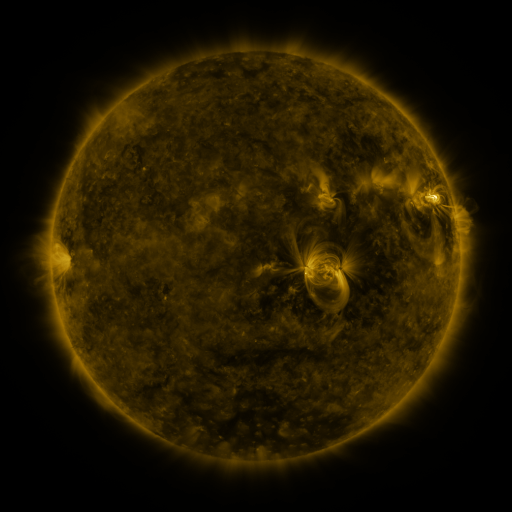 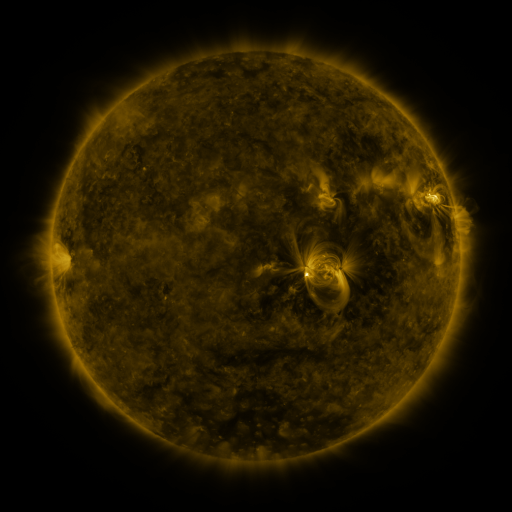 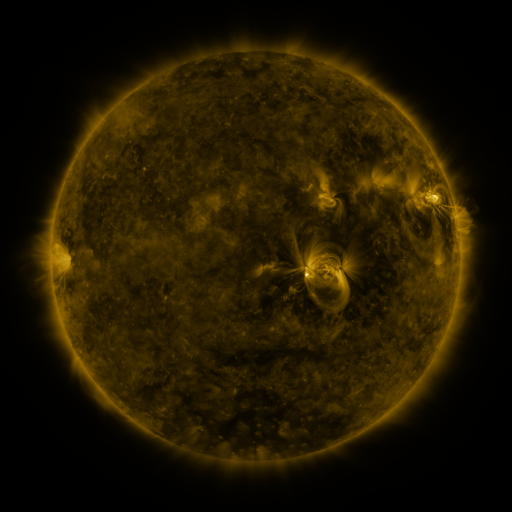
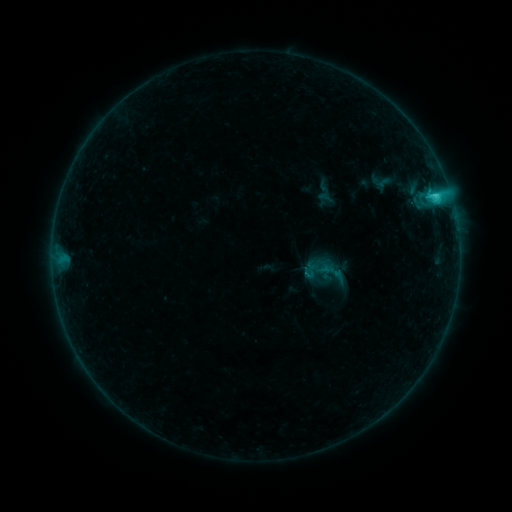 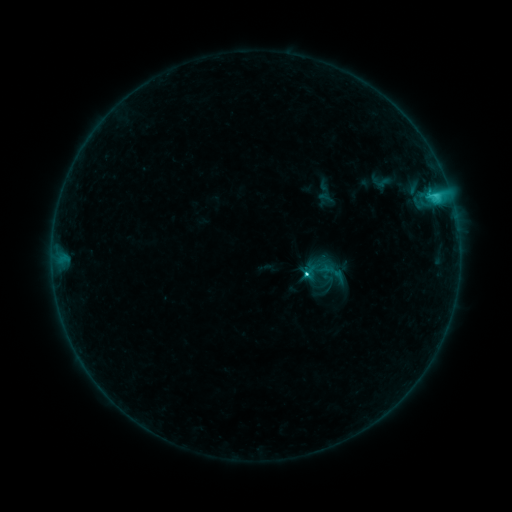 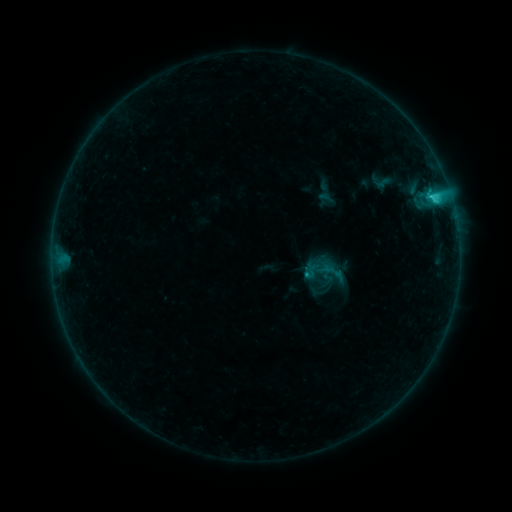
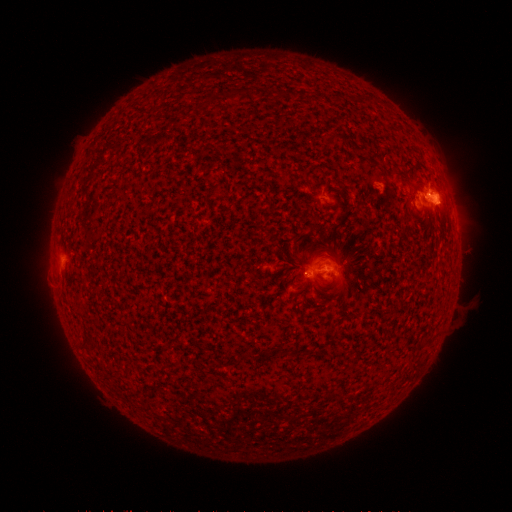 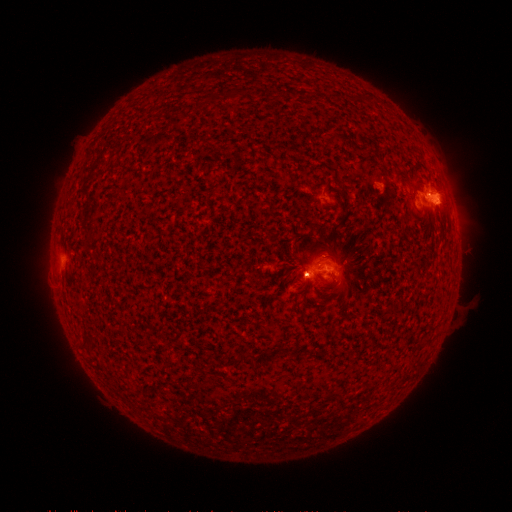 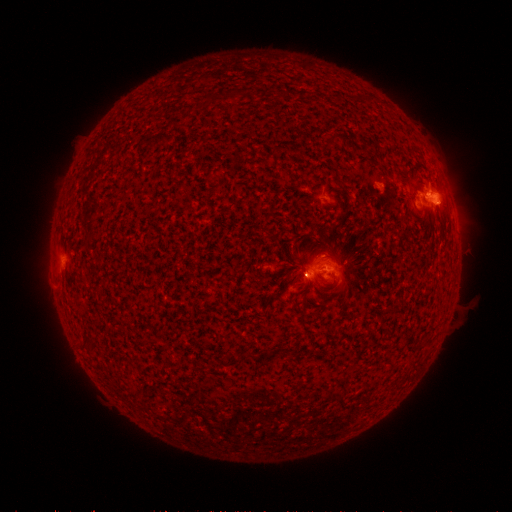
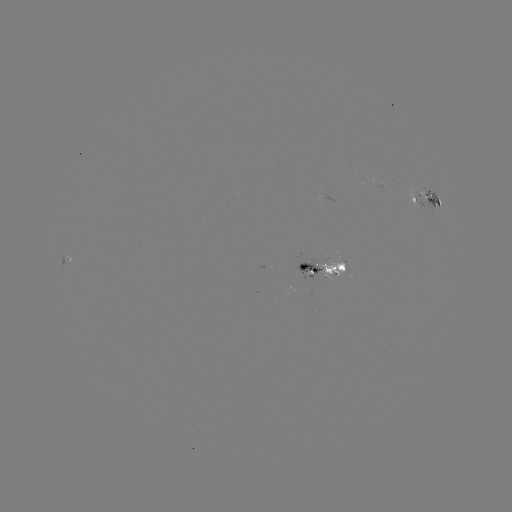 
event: eruption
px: (299, 275)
